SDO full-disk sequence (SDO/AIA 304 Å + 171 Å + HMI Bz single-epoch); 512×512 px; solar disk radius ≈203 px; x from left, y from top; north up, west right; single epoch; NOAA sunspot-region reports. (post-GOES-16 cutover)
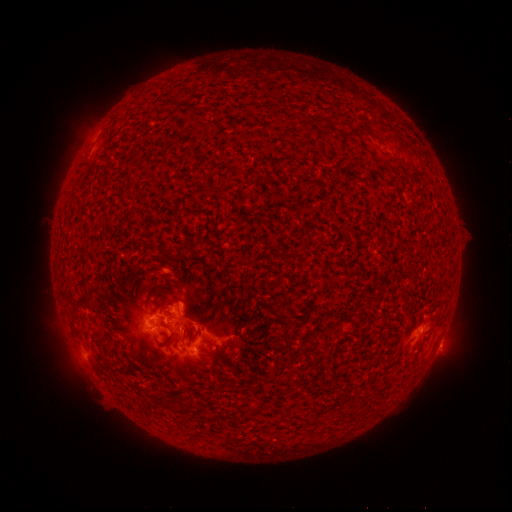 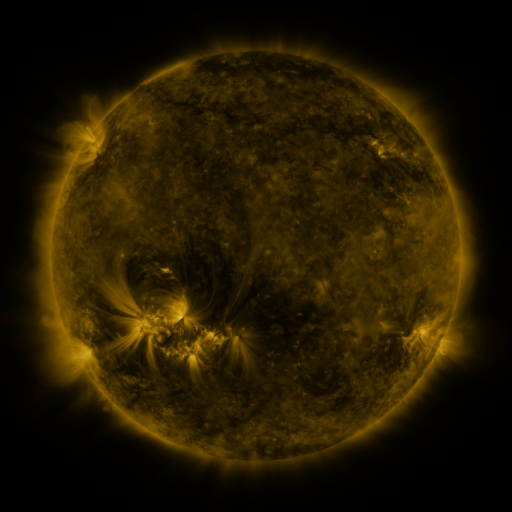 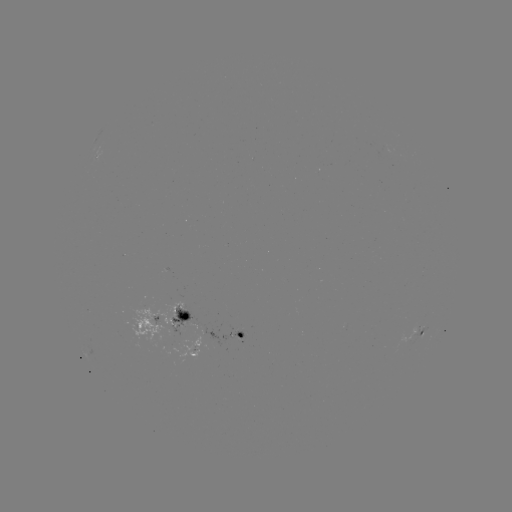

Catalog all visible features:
spotted active region: (95, 159)
spotted active region: (161, 322)
spotted active region: (417, 334)
spotted active region: (216, 336)
